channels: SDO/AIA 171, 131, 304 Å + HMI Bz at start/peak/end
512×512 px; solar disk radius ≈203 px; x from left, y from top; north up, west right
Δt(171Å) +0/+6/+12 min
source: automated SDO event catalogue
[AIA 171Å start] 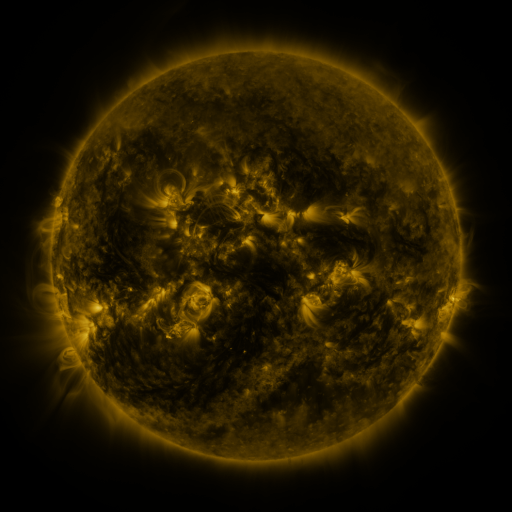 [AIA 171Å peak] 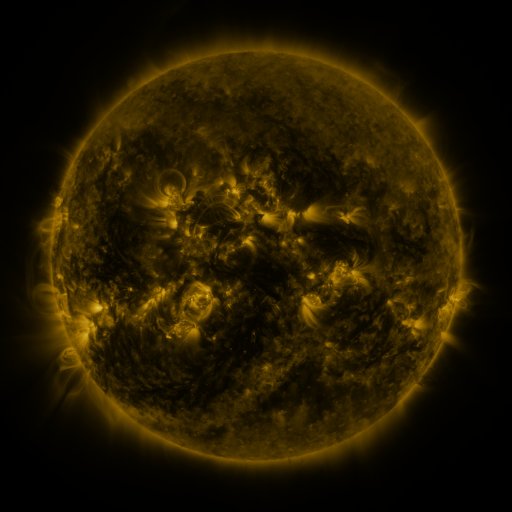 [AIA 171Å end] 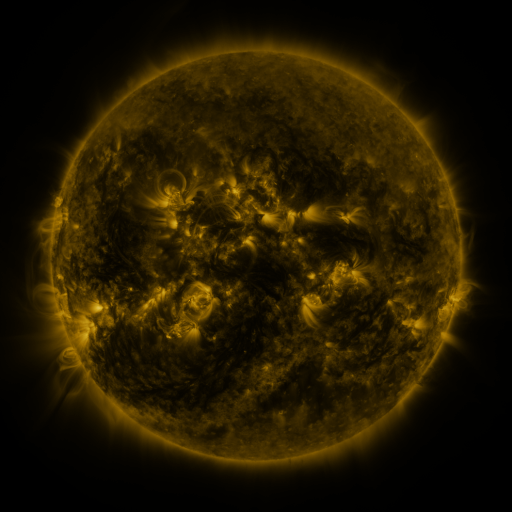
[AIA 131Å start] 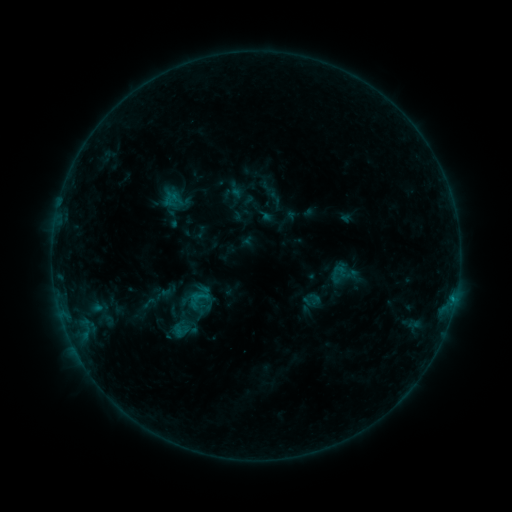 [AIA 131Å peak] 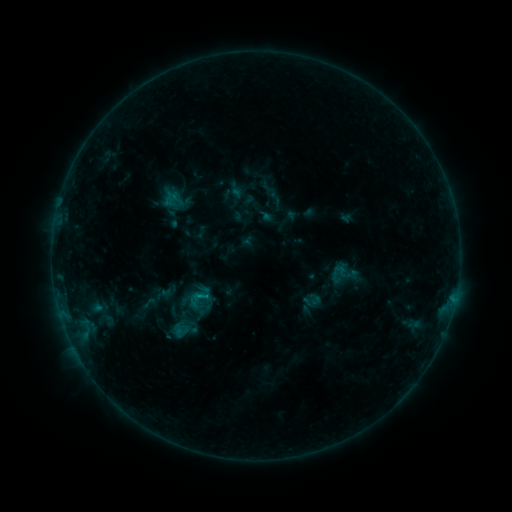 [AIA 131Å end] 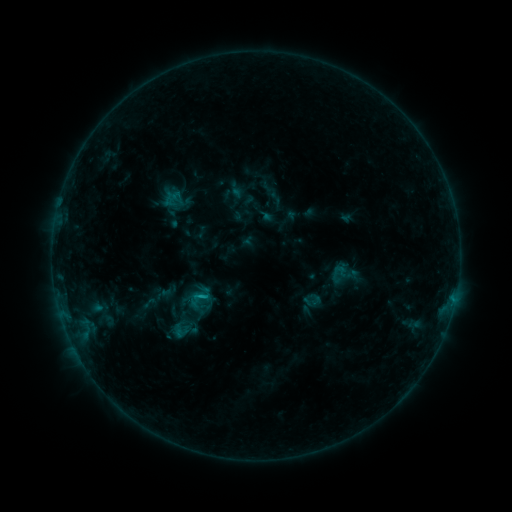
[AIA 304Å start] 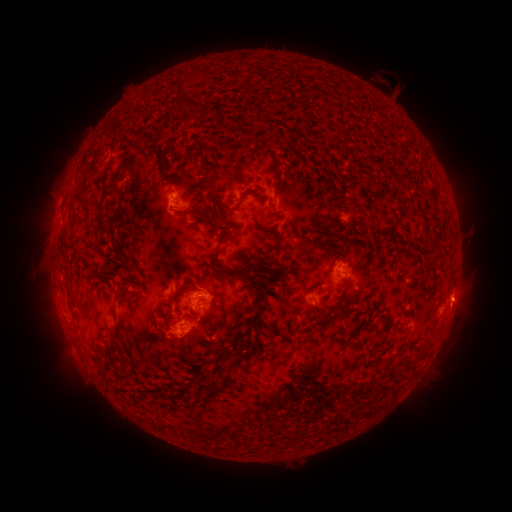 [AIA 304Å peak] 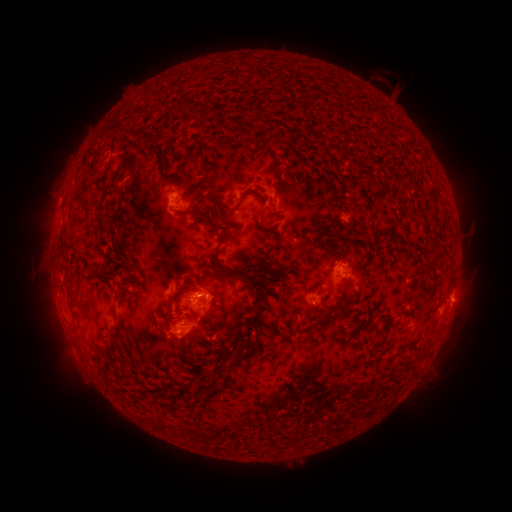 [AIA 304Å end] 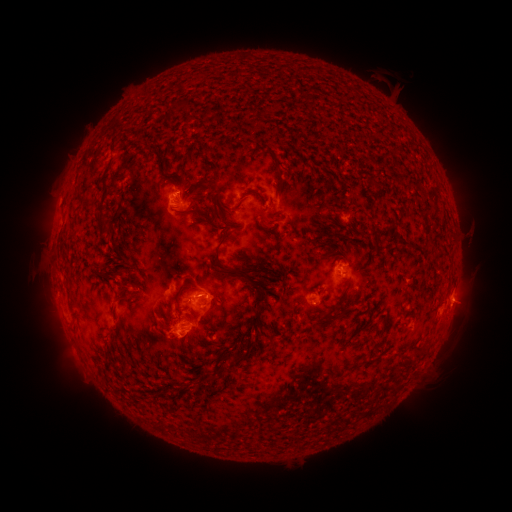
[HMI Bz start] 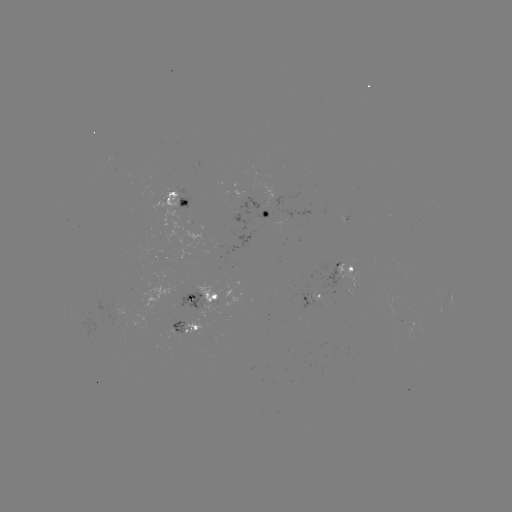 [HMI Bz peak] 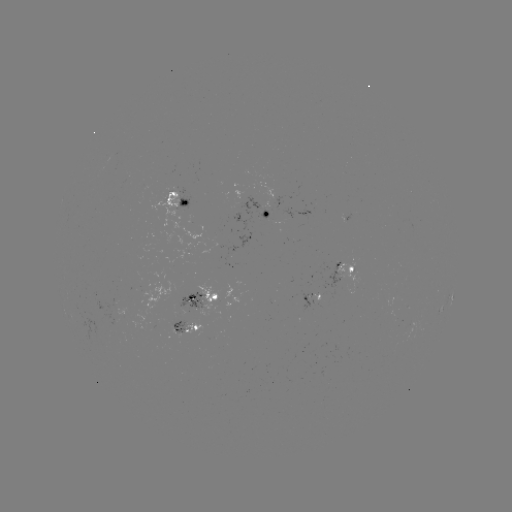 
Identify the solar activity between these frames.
B8.9 flare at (204, 295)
